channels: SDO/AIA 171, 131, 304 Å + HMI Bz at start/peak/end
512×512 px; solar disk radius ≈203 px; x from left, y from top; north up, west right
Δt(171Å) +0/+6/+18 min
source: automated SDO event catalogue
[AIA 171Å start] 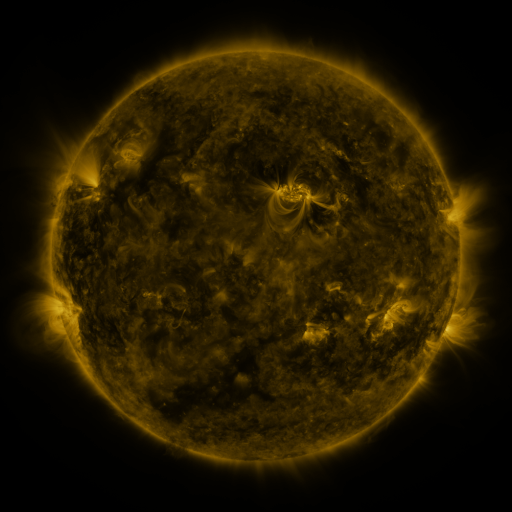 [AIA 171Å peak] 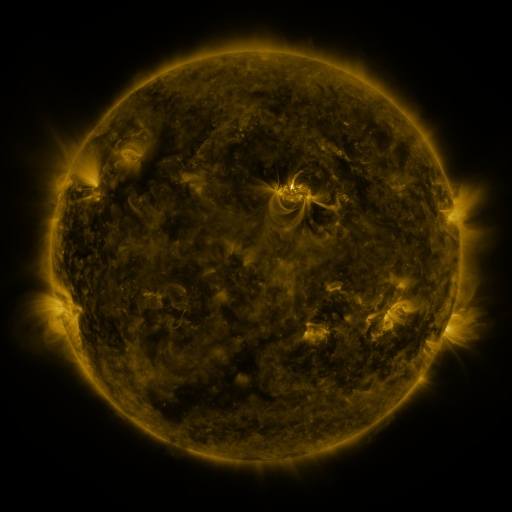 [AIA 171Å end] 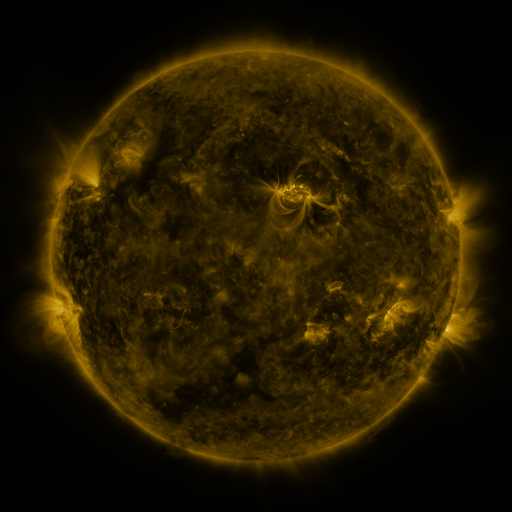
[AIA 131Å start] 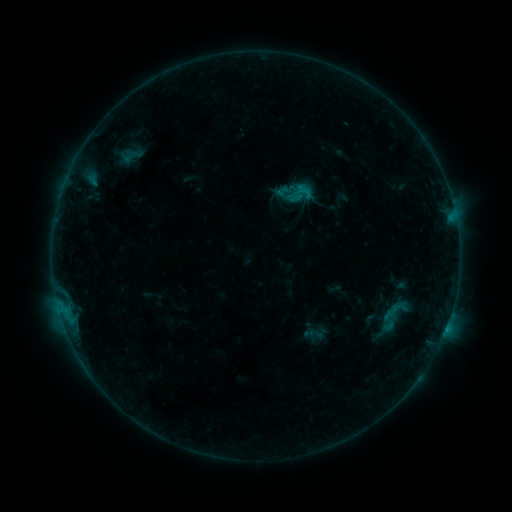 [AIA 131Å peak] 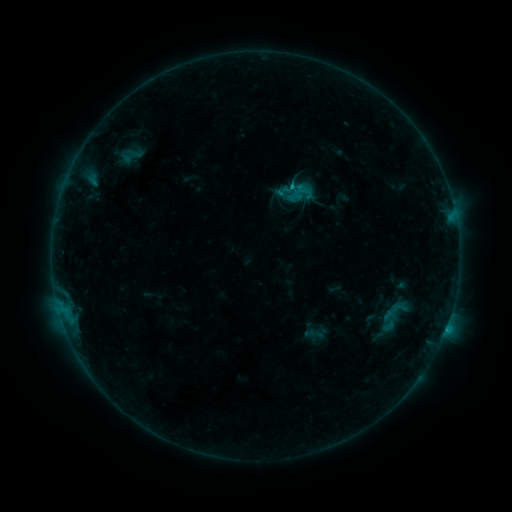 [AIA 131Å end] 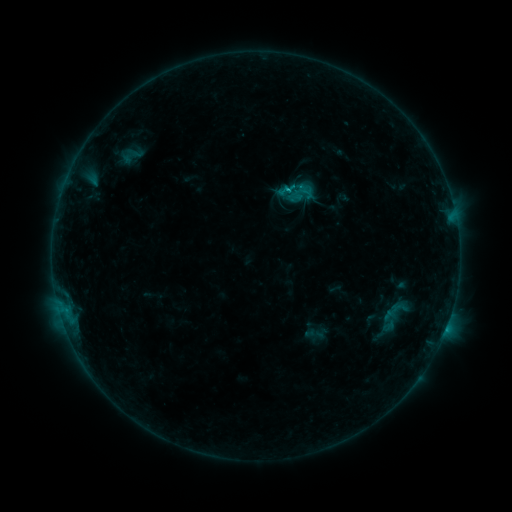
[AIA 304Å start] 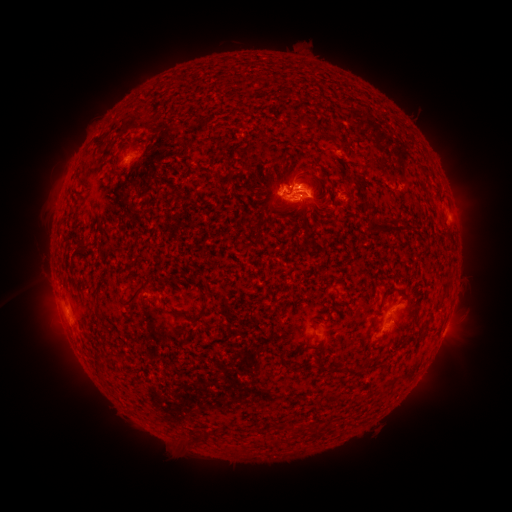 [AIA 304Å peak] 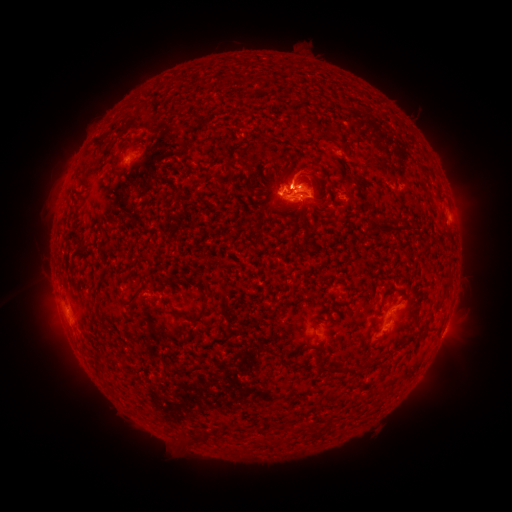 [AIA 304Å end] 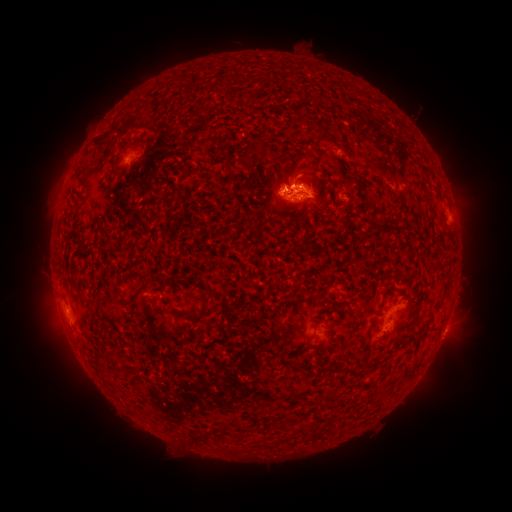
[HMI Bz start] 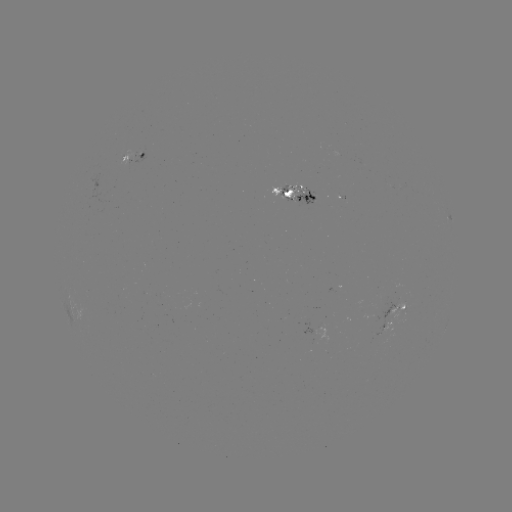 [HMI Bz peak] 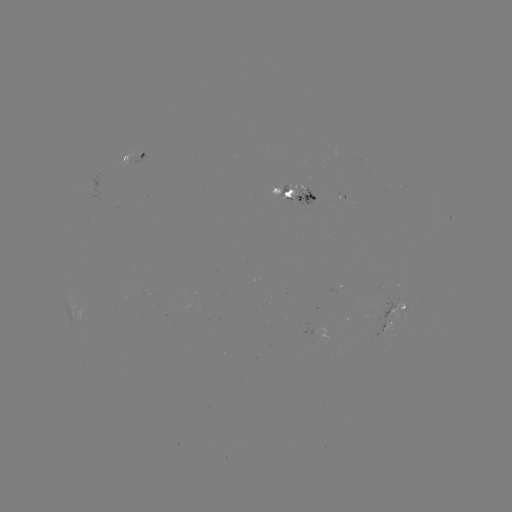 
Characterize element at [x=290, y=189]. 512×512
C1.4 flare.